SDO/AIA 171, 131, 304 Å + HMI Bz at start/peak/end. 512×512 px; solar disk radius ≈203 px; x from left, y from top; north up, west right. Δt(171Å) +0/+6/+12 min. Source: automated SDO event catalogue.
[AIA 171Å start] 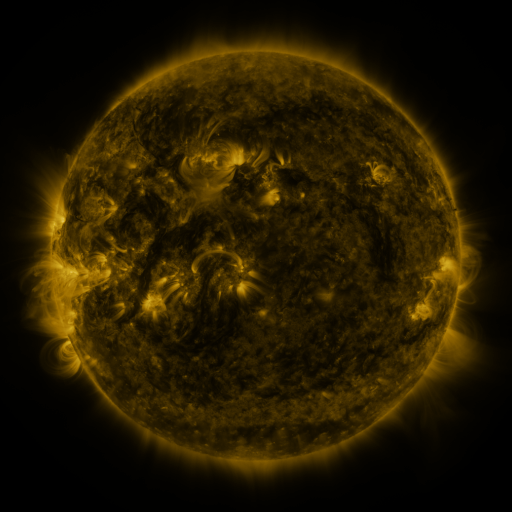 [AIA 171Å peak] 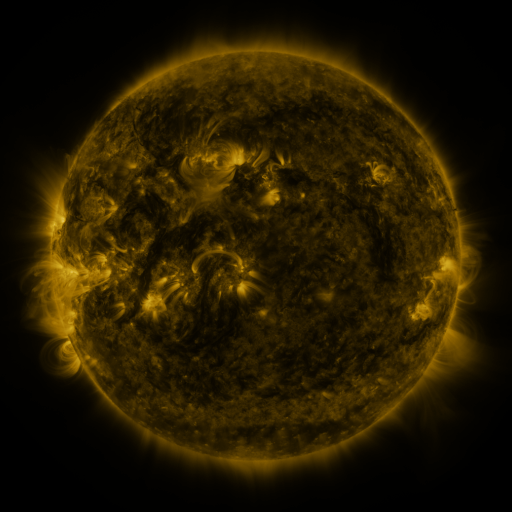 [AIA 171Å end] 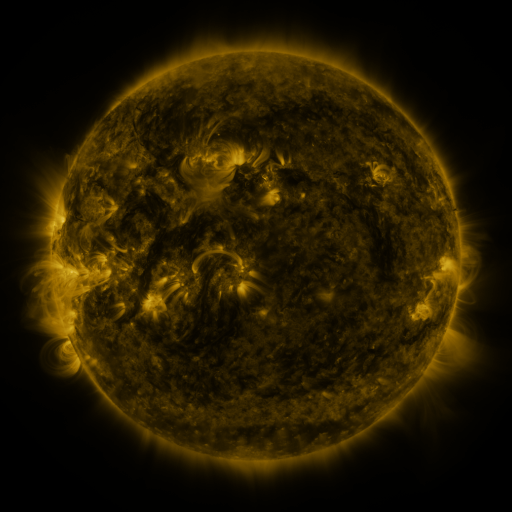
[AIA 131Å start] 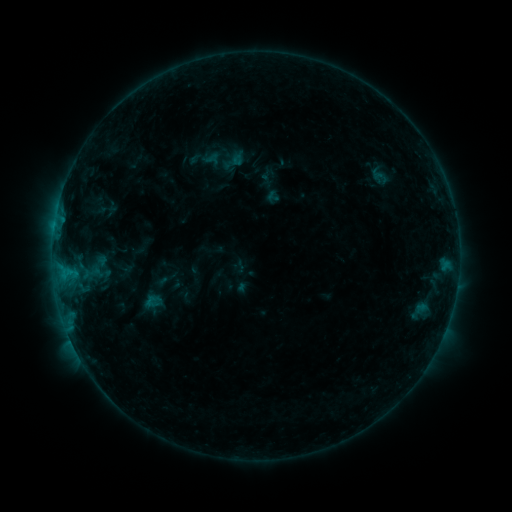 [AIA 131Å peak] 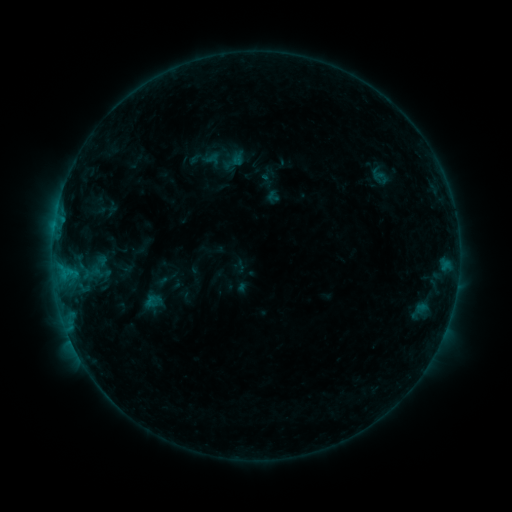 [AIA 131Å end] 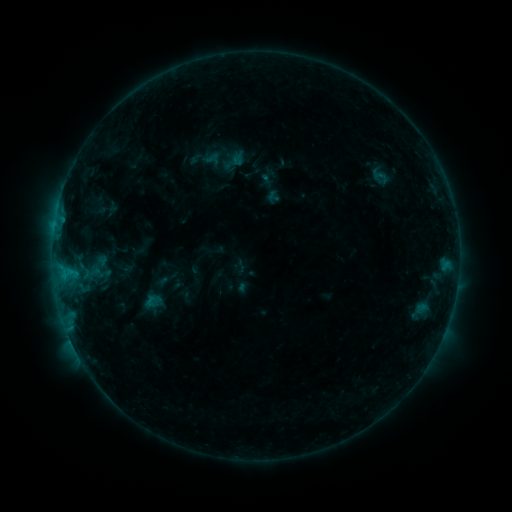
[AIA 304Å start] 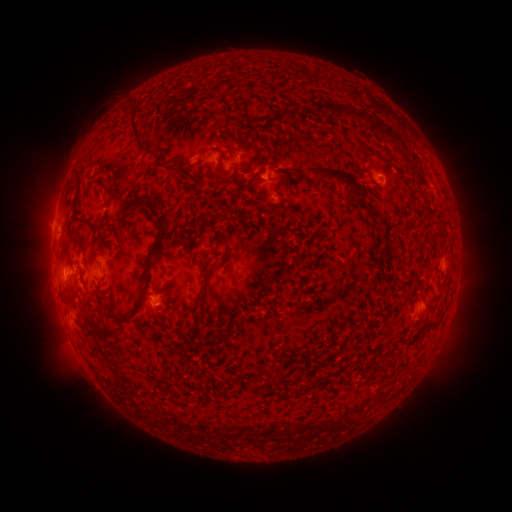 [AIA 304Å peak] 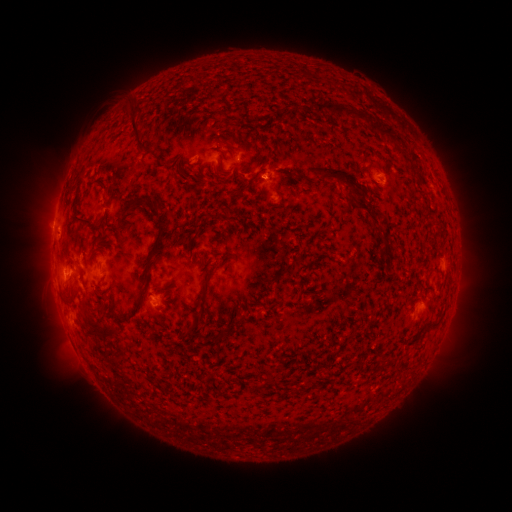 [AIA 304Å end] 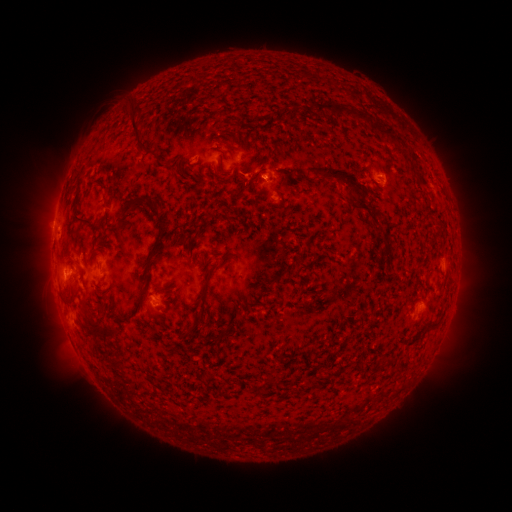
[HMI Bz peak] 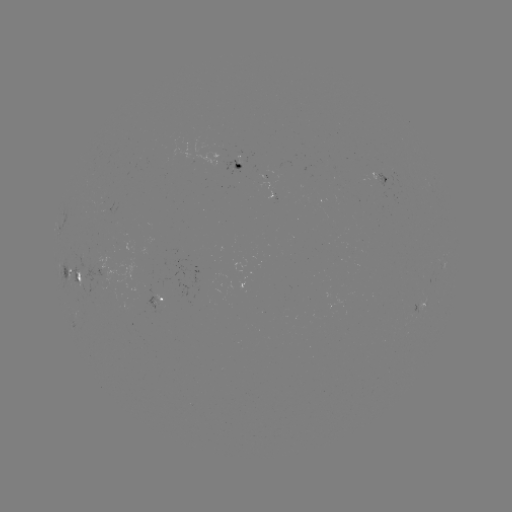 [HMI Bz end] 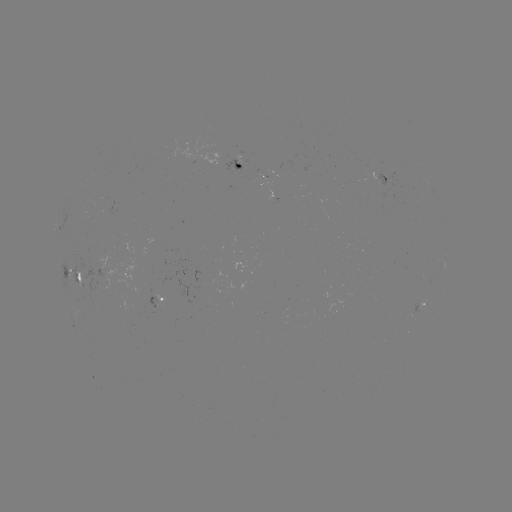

no classed flare was catalogued and no EUV brightening was flagged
